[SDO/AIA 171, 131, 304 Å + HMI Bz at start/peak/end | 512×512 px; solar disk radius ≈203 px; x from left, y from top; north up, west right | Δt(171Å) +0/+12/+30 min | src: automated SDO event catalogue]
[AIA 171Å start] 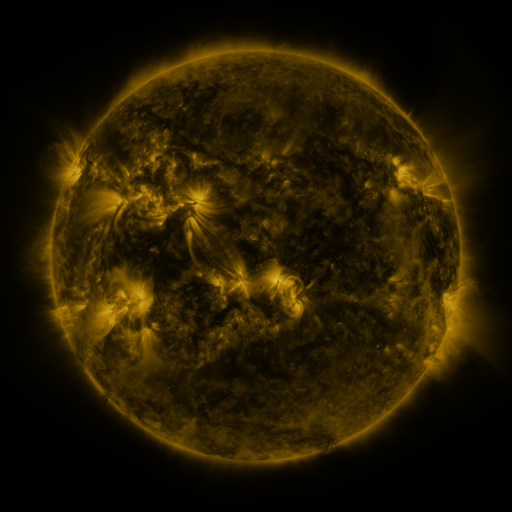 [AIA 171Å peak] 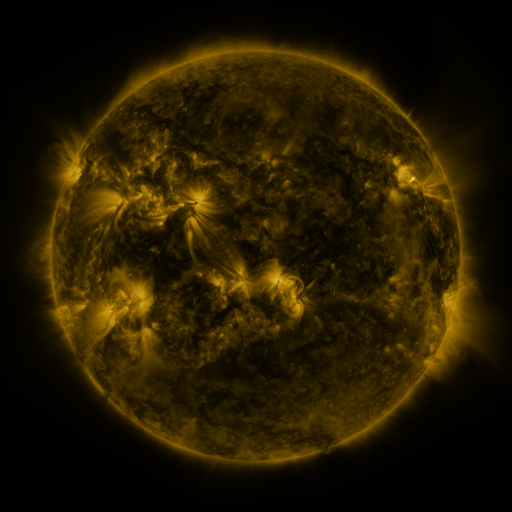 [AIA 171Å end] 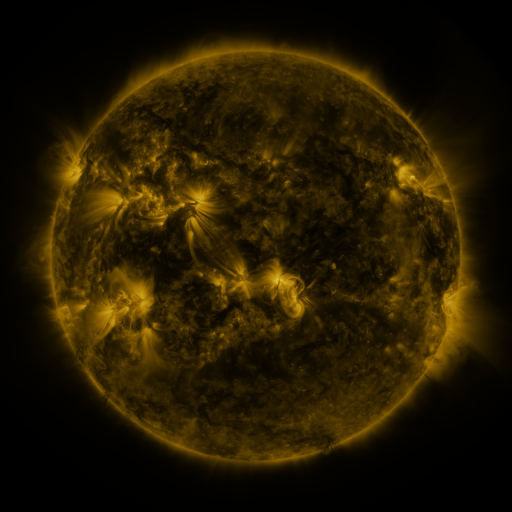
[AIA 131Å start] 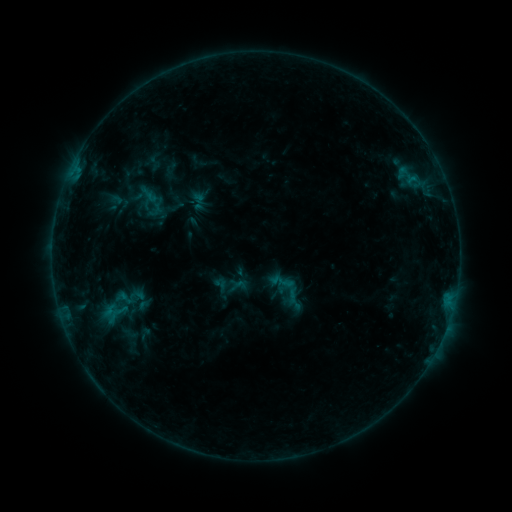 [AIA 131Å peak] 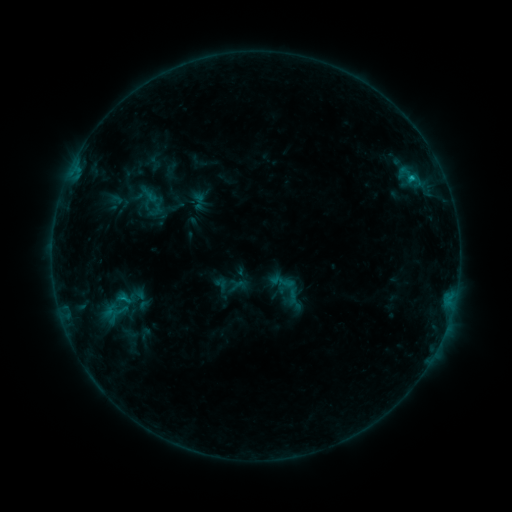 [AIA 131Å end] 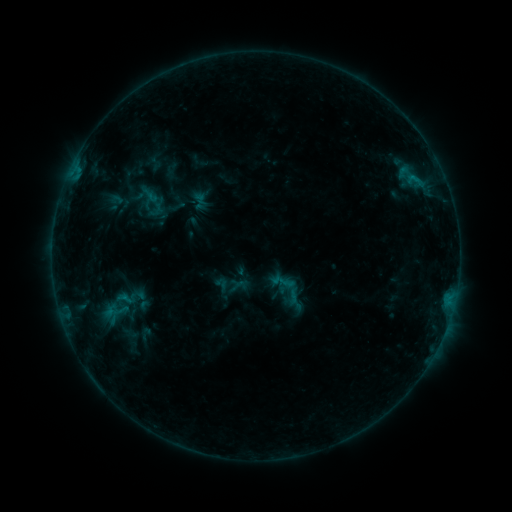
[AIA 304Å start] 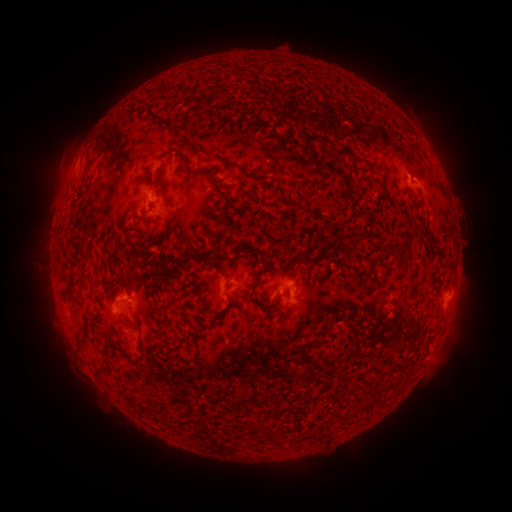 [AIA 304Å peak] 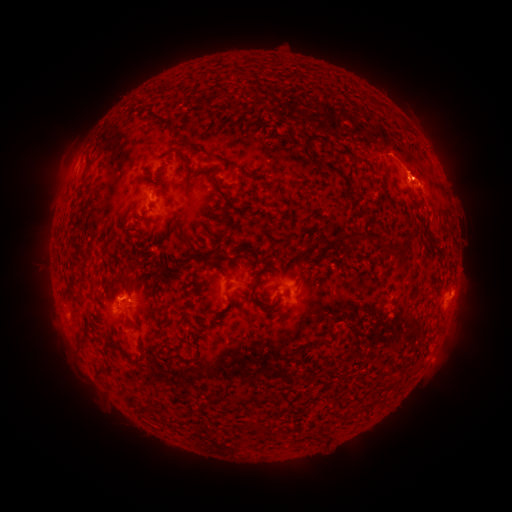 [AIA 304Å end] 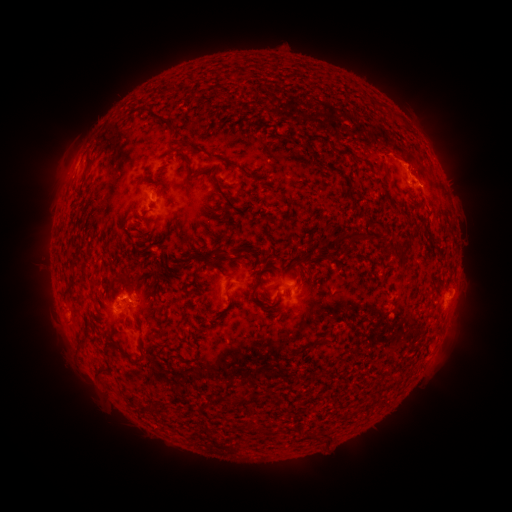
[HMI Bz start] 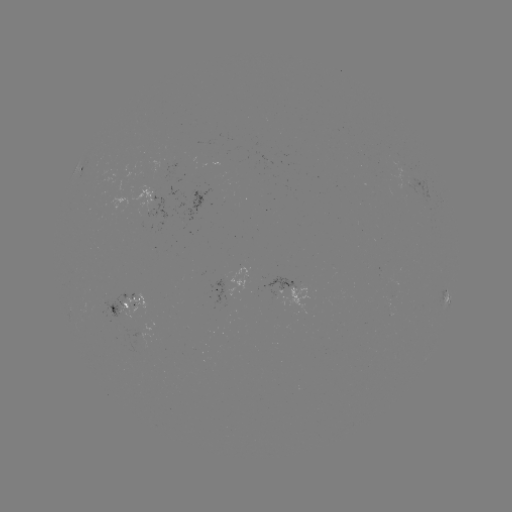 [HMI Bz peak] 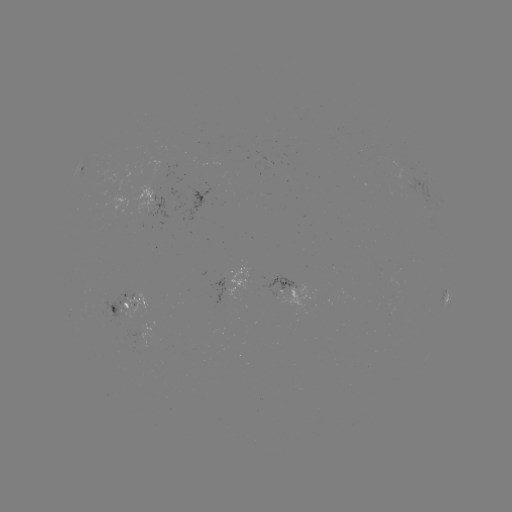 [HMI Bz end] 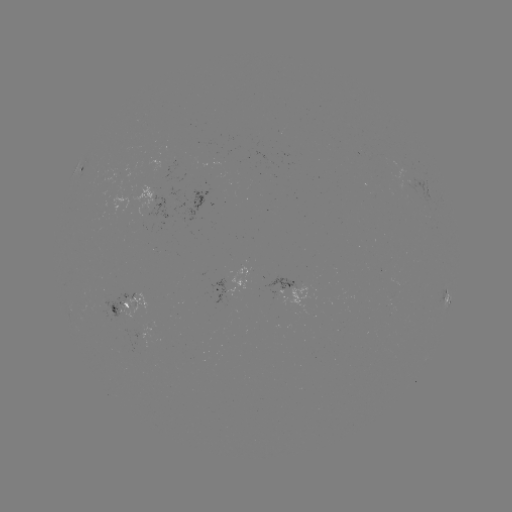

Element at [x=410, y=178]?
B7.3 flare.